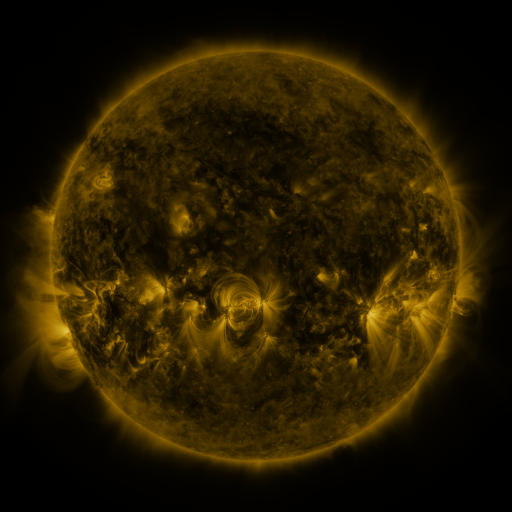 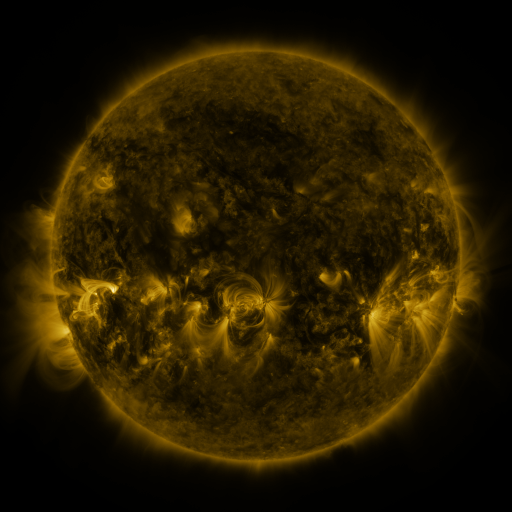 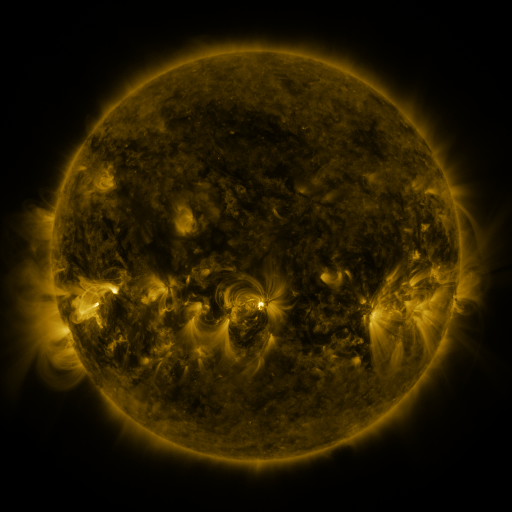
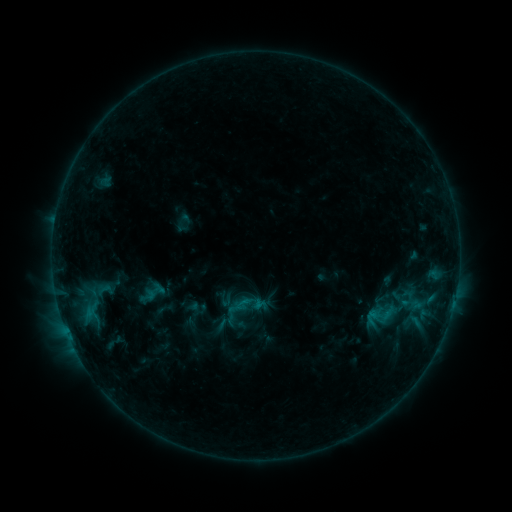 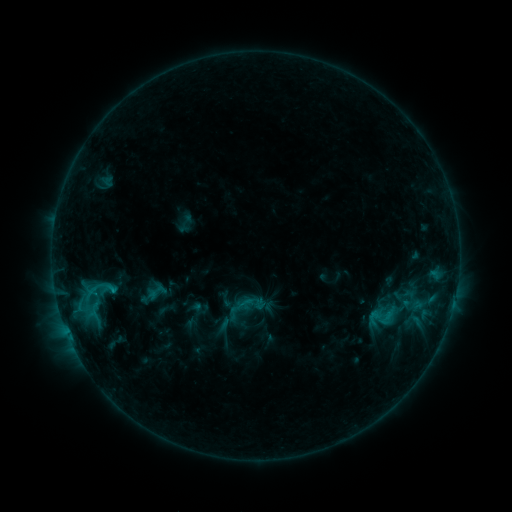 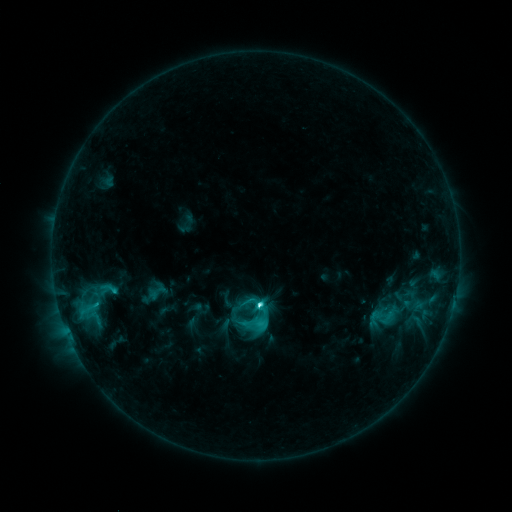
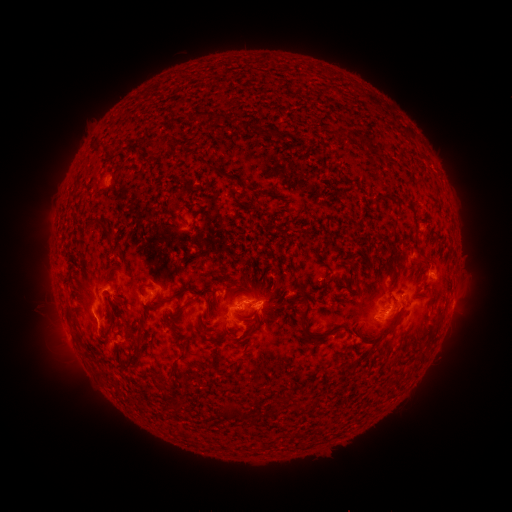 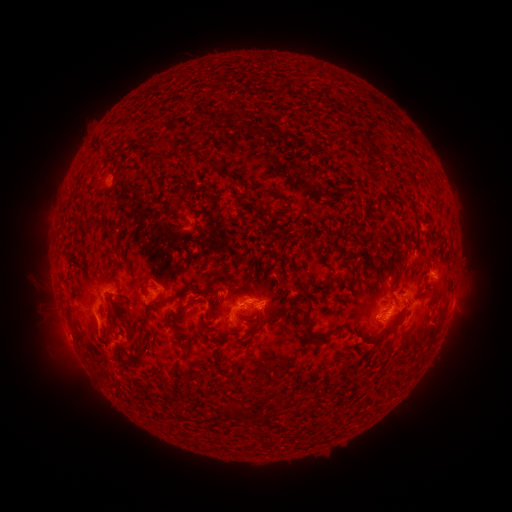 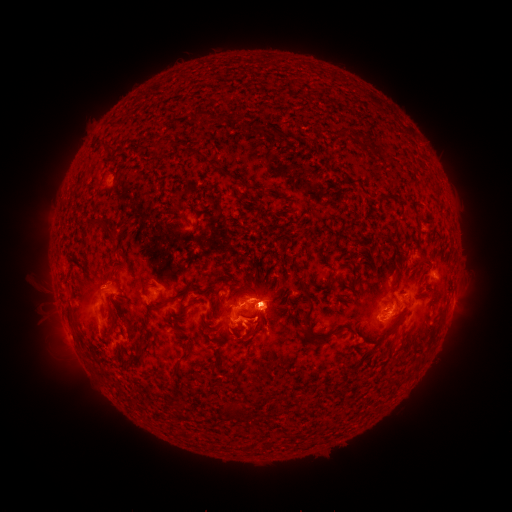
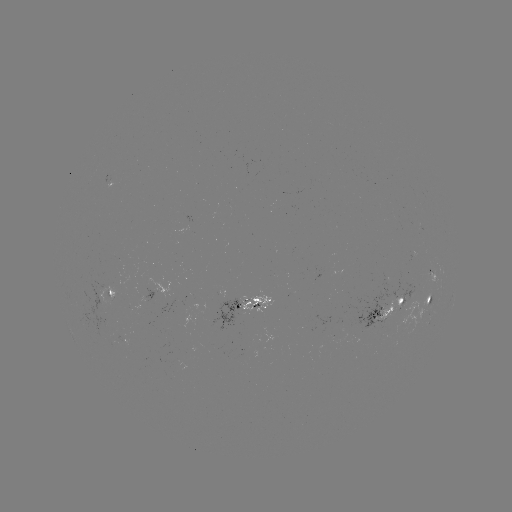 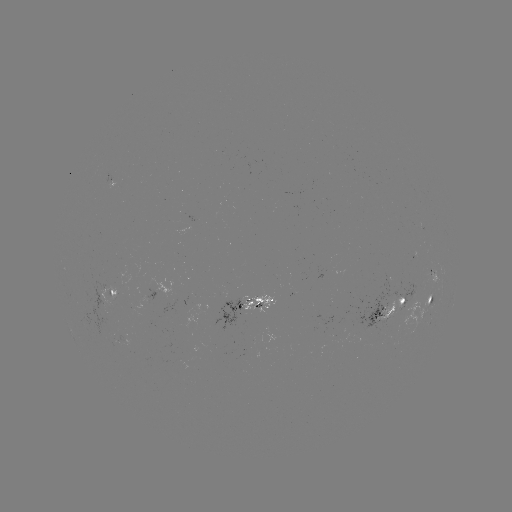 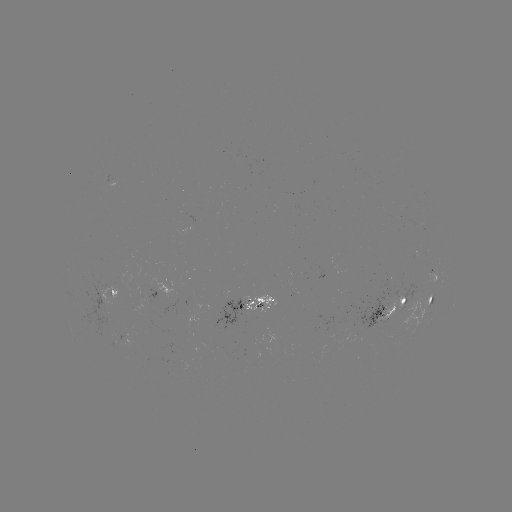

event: emerging-flux region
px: (401, 301)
